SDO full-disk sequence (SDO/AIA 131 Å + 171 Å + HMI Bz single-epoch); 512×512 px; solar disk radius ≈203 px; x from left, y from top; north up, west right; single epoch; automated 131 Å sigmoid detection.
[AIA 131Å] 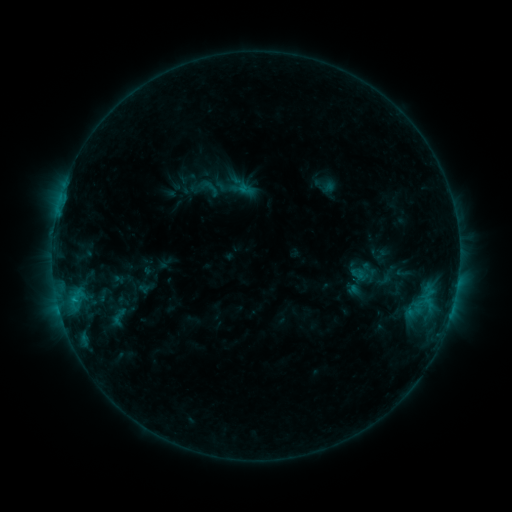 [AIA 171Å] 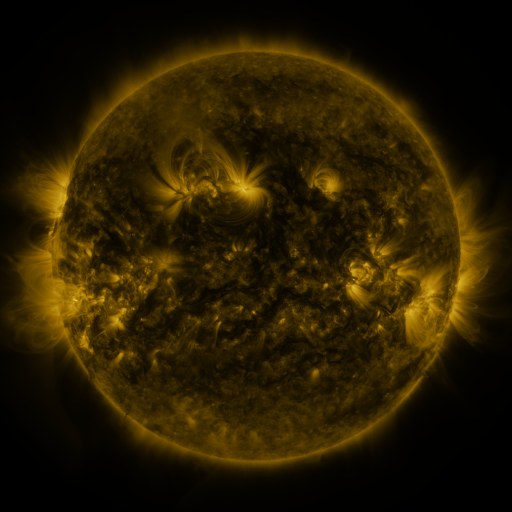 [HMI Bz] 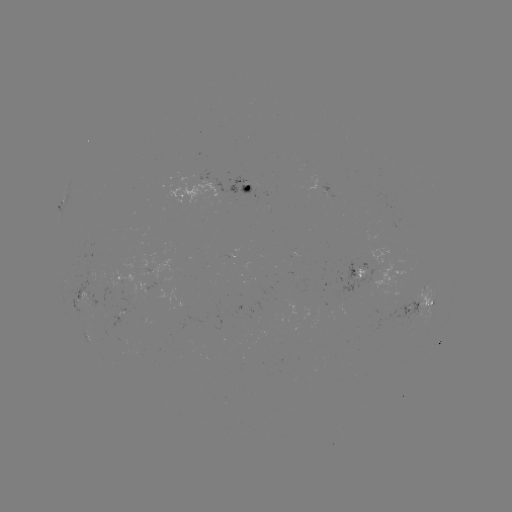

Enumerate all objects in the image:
sigmoid: [197, 176, 221, 200]
sigmoid: [103, 306, 134, 327]
